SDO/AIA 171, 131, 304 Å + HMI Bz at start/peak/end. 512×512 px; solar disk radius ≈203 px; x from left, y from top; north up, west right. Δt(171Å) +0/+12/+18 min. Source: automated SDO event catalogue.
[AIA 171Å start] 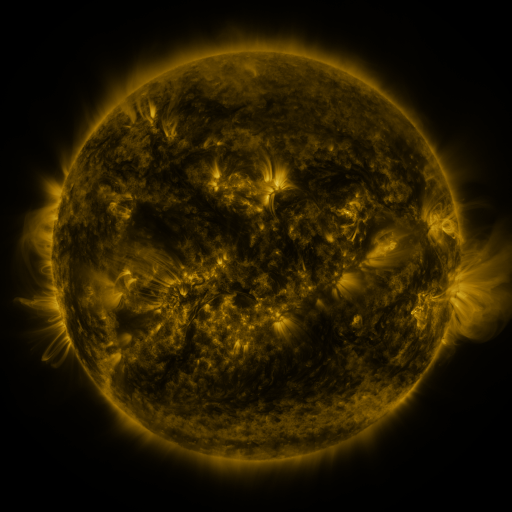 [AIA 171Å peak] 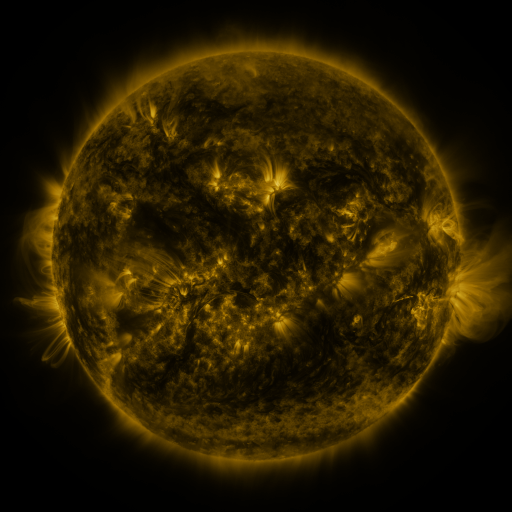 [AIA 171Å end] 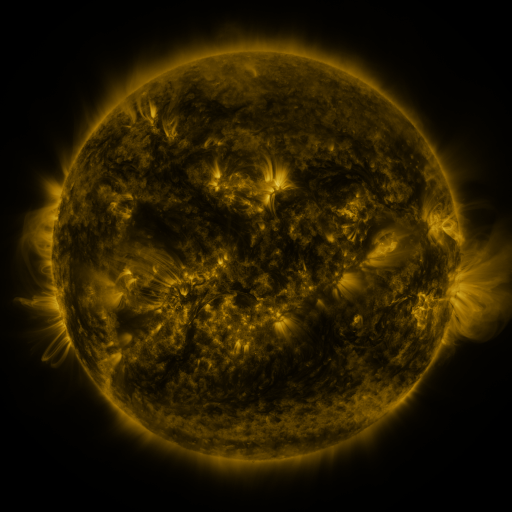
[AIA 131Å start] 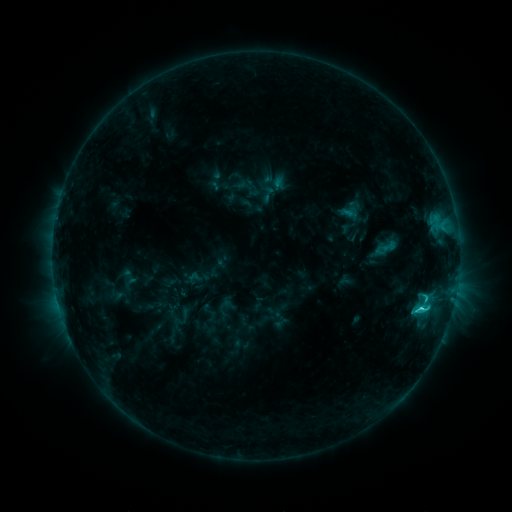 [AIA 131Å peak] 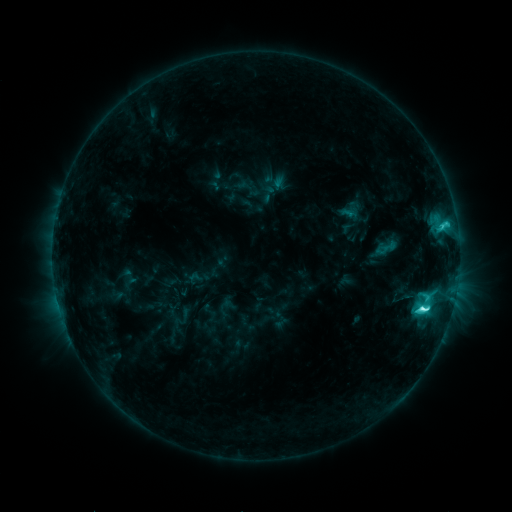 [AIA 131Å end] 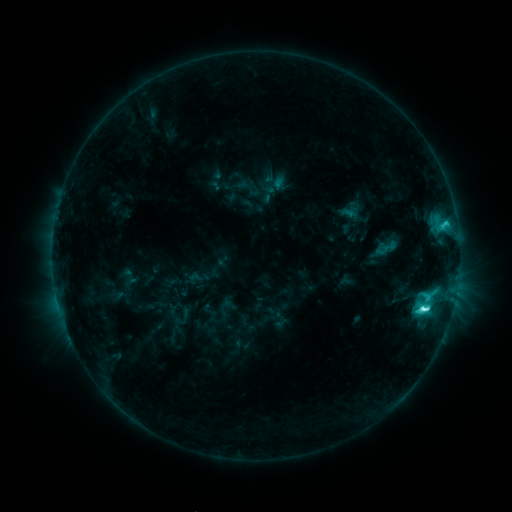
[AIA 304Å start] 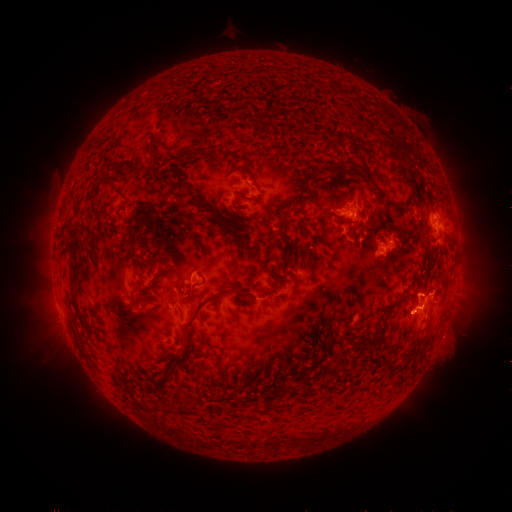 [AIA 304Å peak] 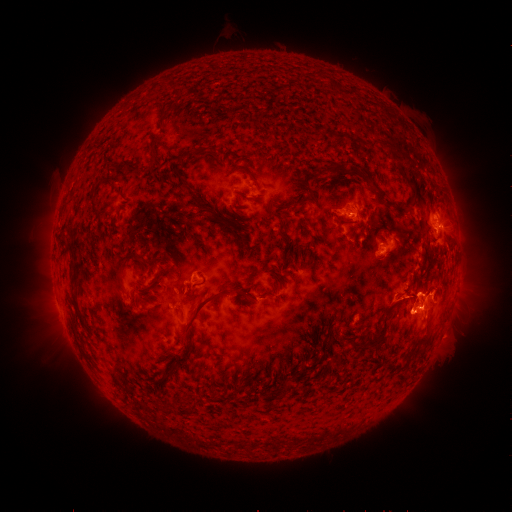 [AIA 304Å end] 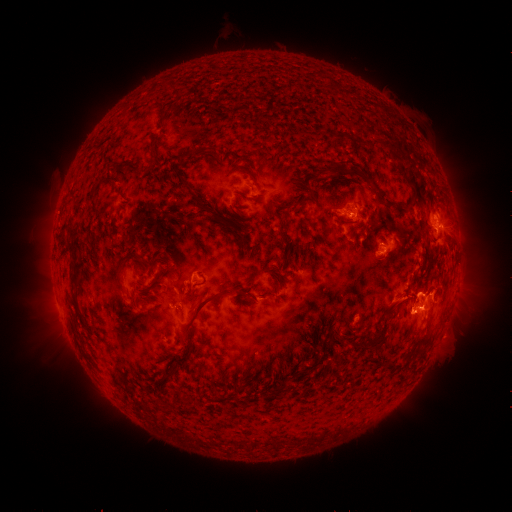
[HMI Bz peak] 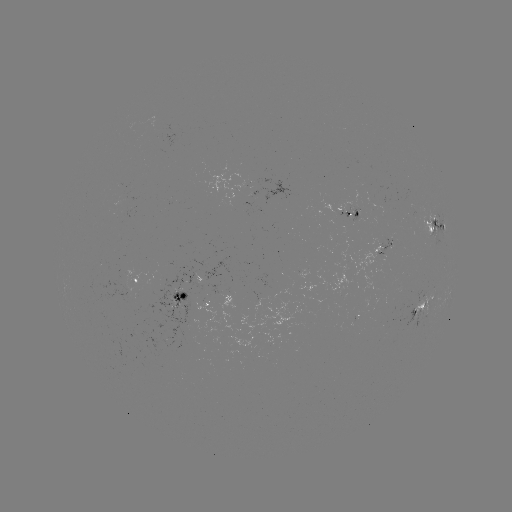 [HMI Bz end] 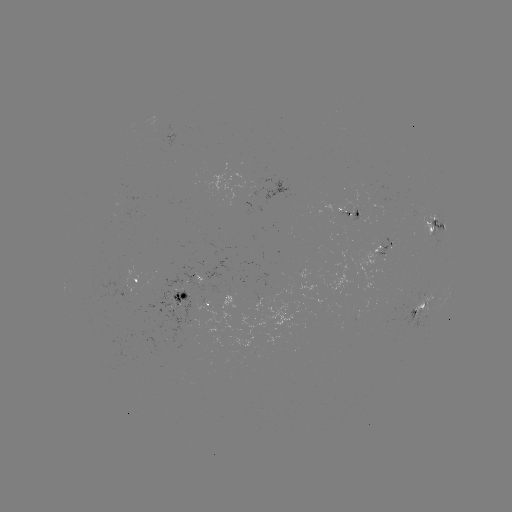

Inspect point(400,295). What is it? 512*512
eruption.